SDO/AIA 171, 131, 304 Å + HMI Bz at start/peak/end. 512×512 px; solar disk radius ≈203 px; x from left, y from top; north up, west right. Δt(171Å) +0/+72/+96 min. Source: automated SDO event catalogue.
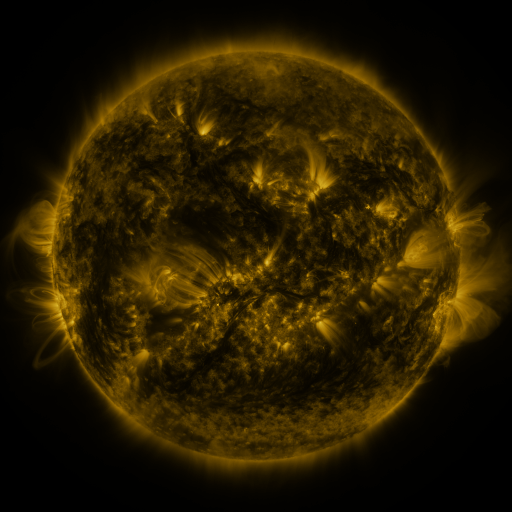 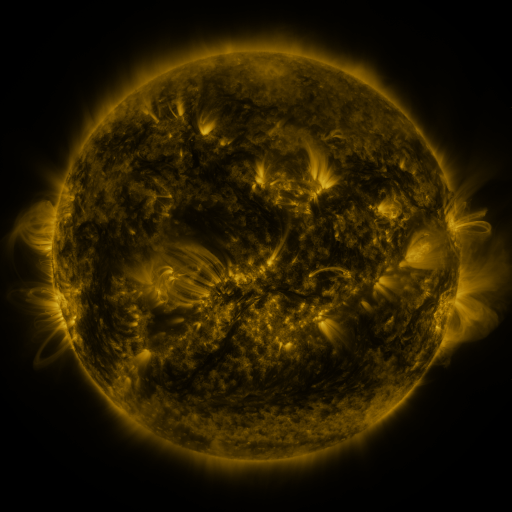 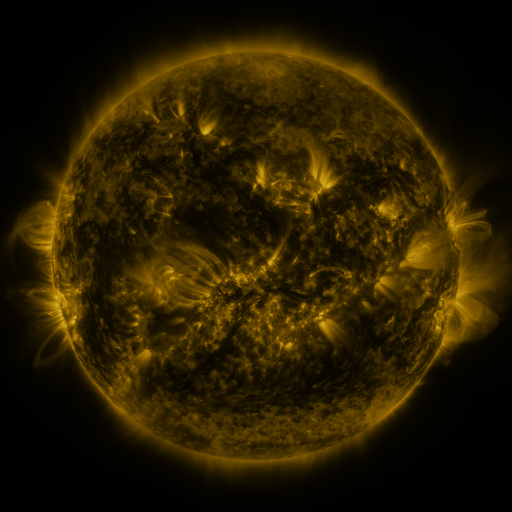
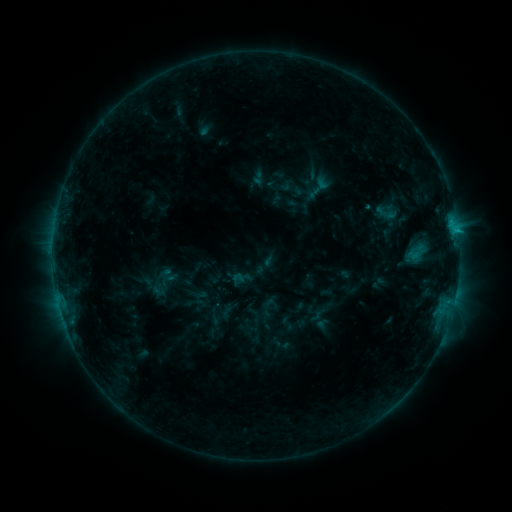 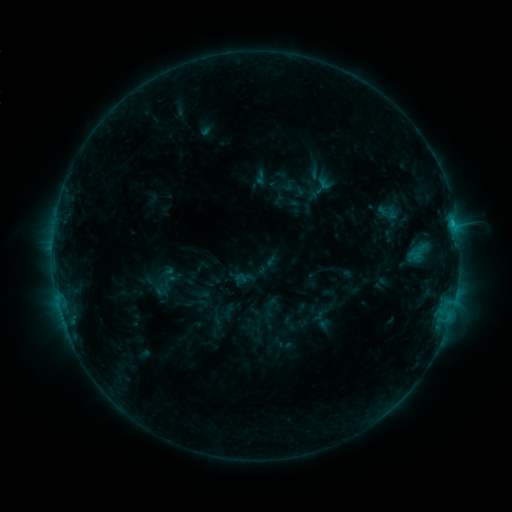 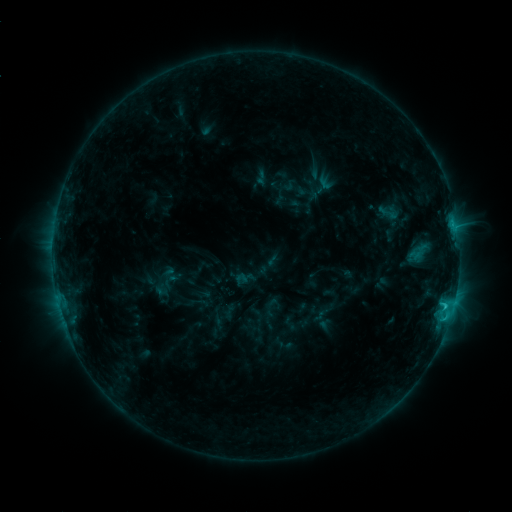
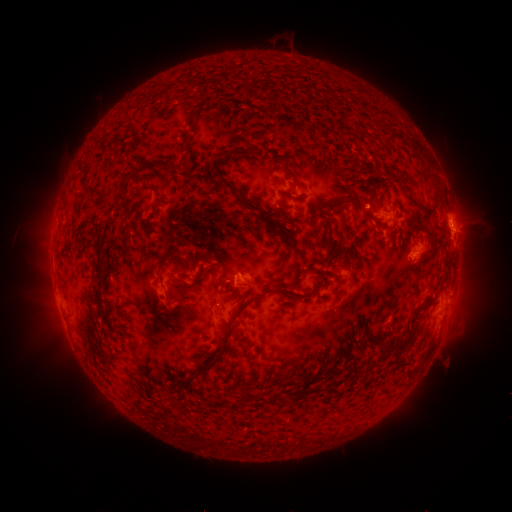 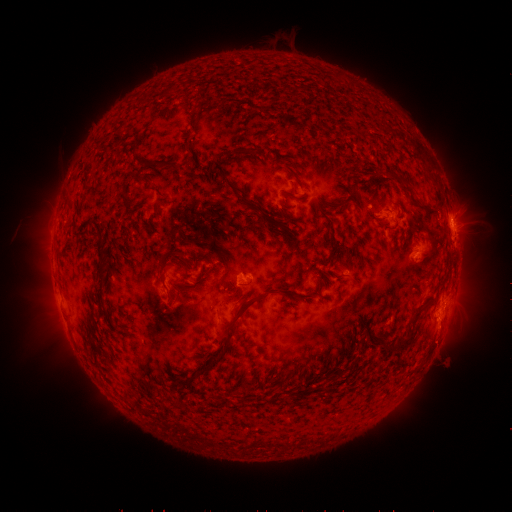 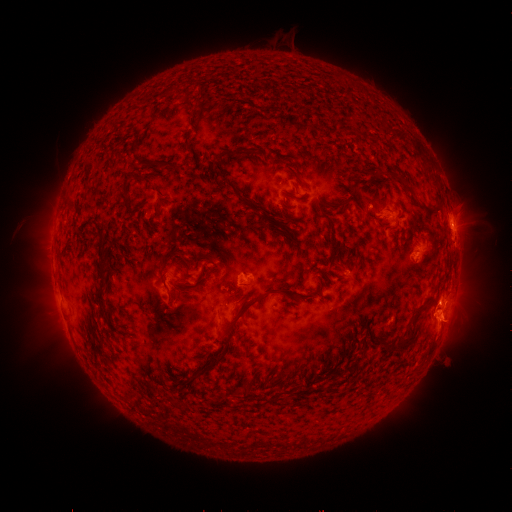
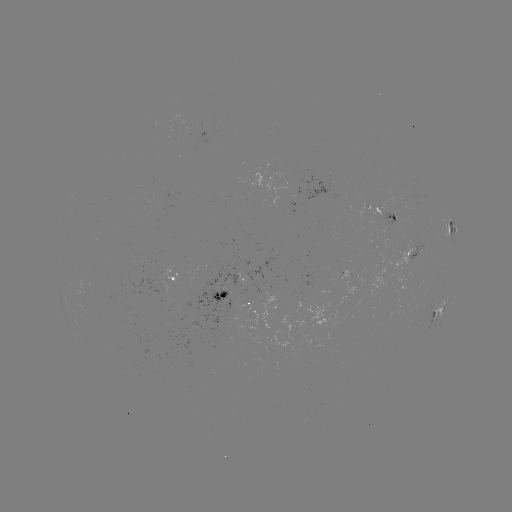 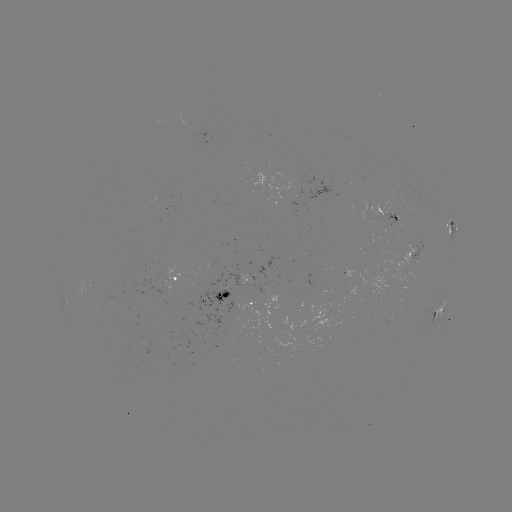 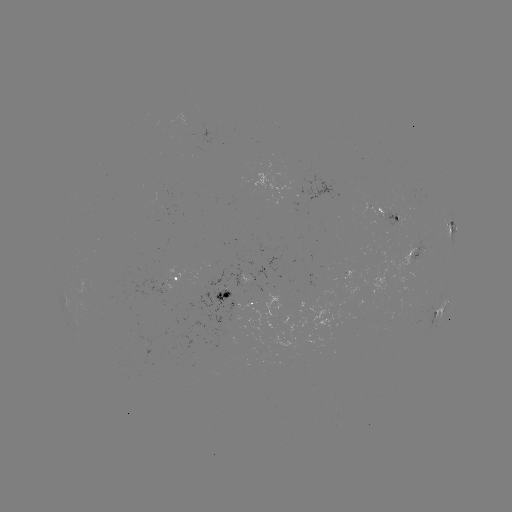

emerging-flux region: <bbox>382, 213, 411, 227</bbox>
